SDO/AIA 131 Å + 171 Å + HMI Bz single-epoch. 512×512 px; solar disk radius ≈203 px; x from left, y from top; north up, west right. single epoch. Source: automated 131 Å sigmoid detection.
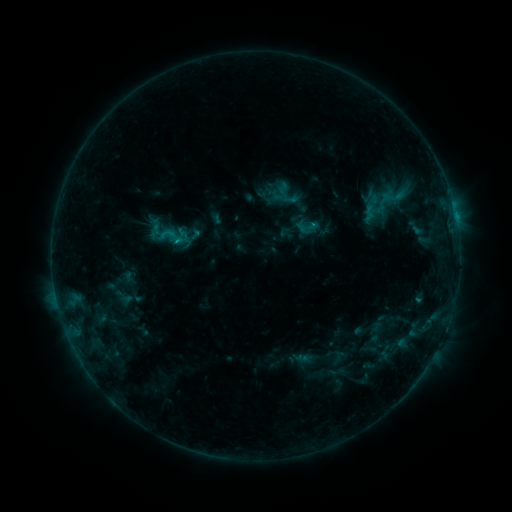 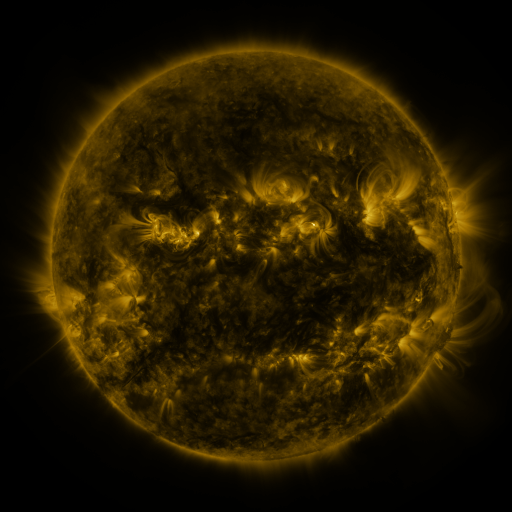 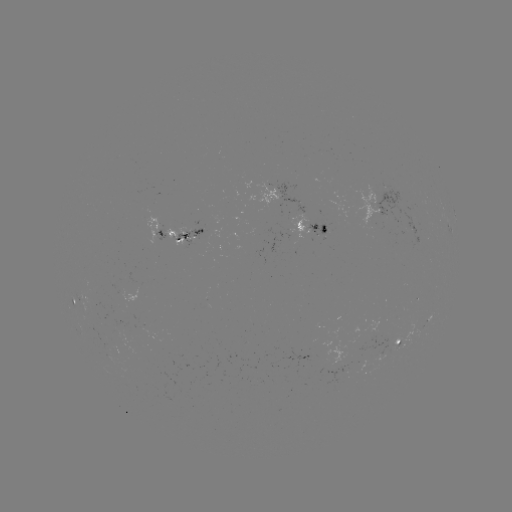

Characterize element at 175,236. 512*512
sigmoid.